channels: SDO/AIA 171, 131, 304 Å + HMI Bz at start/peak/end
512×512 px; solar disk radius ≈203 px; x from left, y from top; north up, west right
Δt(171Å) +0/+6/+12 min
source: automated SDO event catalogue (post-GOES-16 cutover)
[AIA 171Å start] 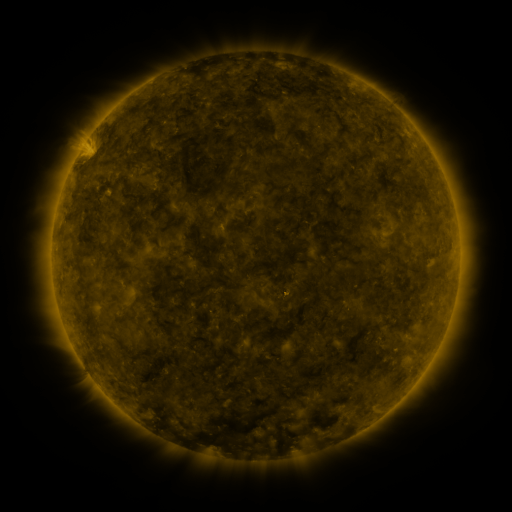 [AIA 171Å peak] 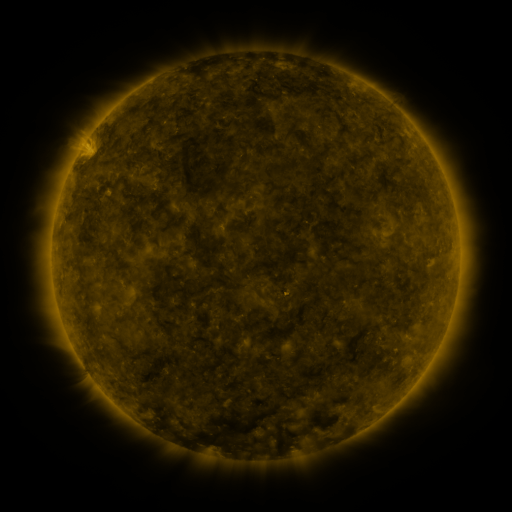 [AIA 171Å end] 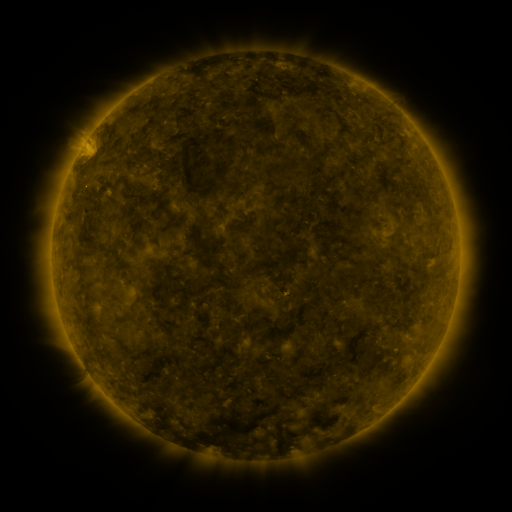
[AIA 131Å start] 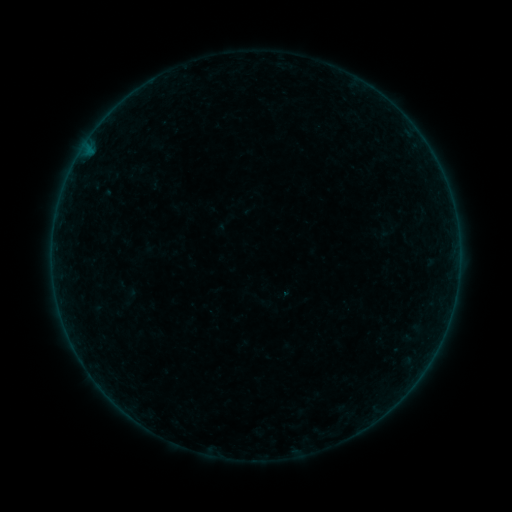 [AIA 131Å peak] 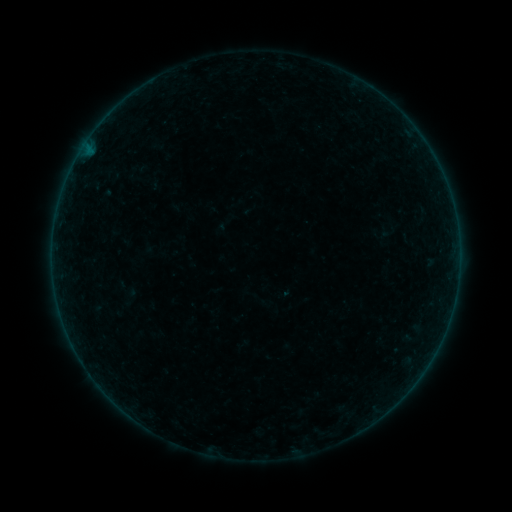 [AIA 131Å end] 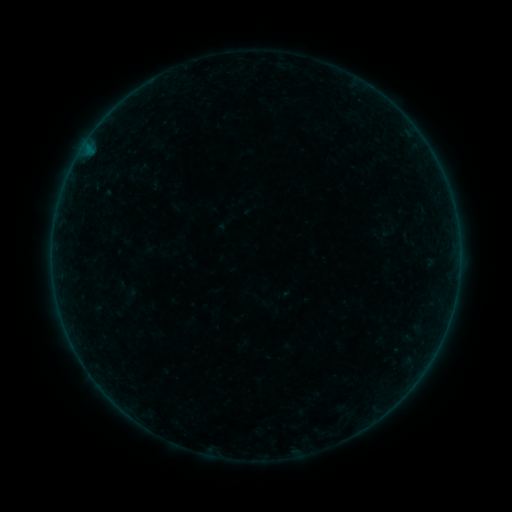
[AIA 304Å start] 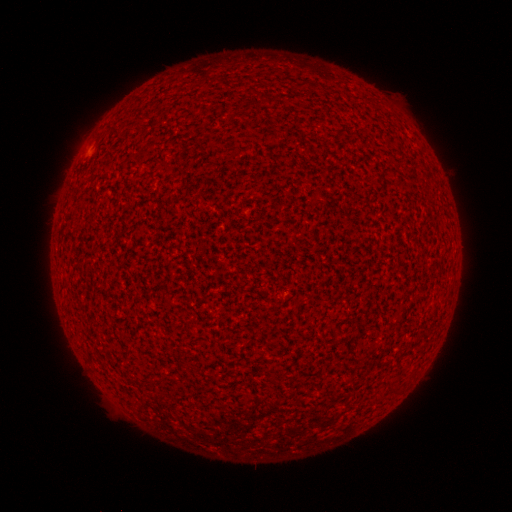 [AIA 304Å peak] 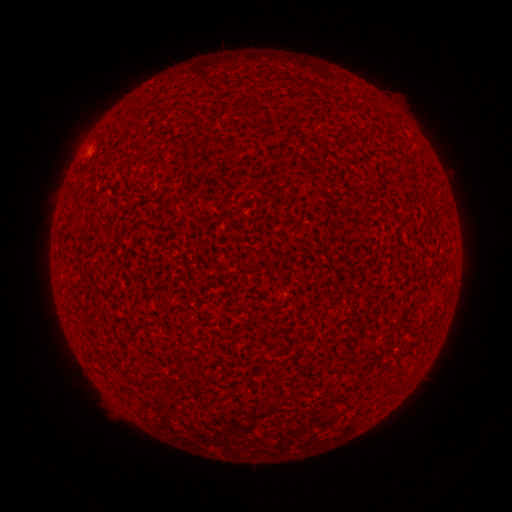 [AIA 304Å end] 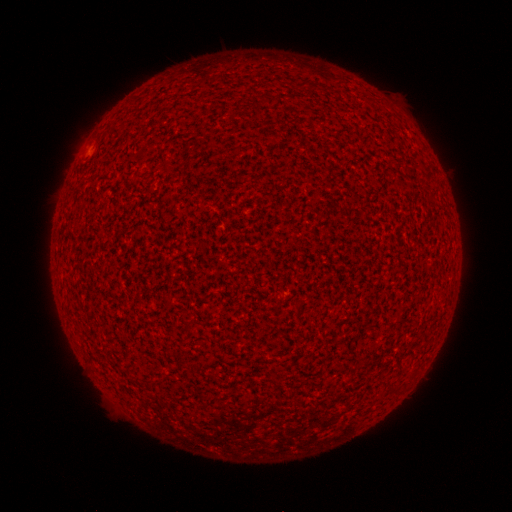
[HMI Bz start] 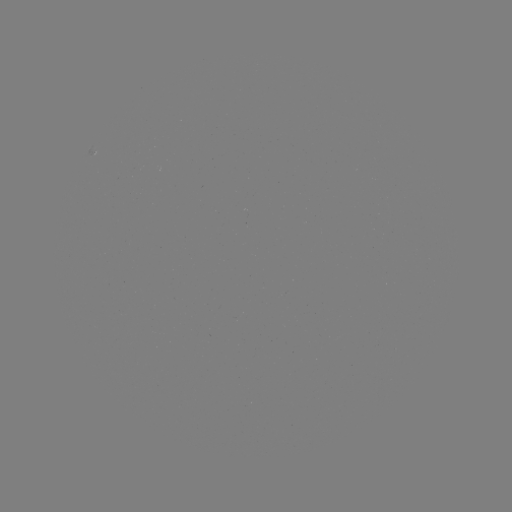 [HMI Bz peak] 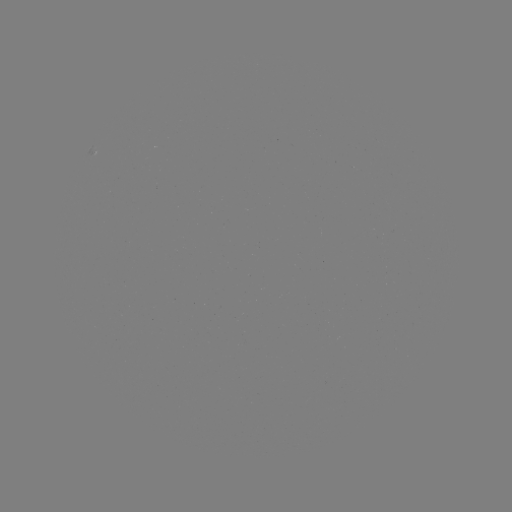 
no classed flare was catalogued and no EUV brightening was flagged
